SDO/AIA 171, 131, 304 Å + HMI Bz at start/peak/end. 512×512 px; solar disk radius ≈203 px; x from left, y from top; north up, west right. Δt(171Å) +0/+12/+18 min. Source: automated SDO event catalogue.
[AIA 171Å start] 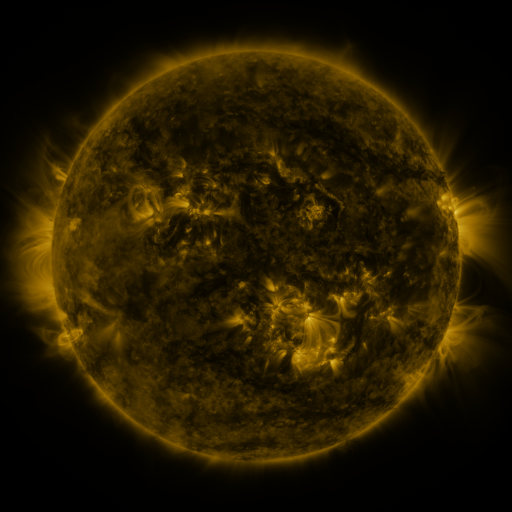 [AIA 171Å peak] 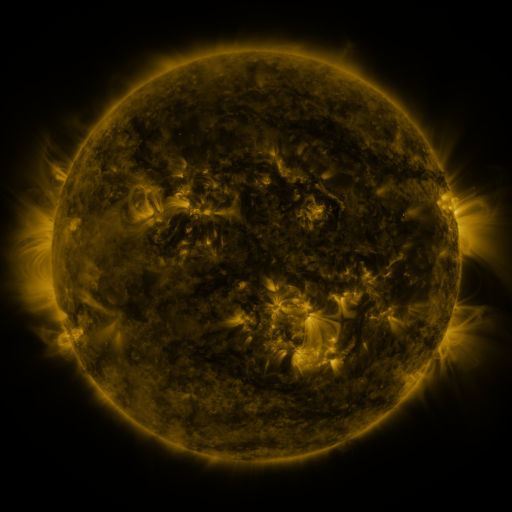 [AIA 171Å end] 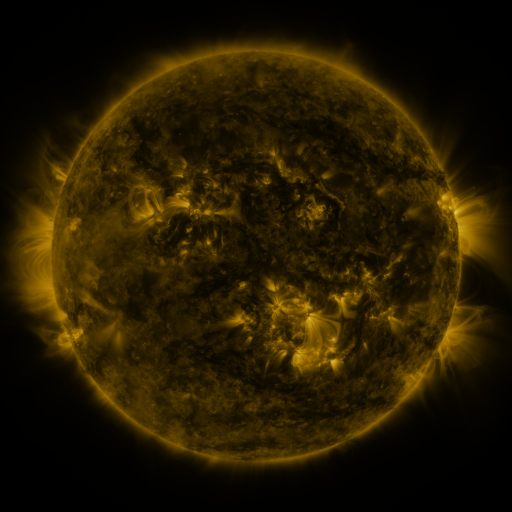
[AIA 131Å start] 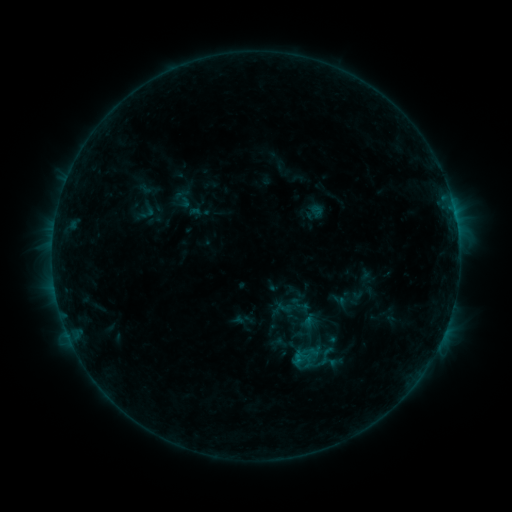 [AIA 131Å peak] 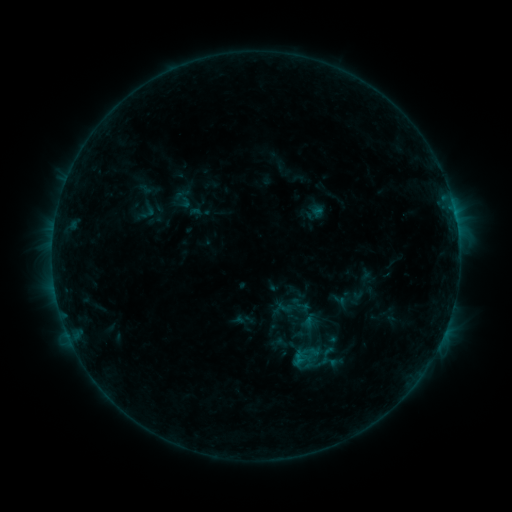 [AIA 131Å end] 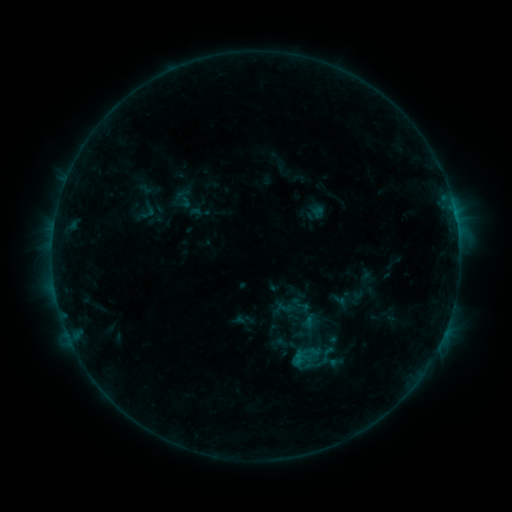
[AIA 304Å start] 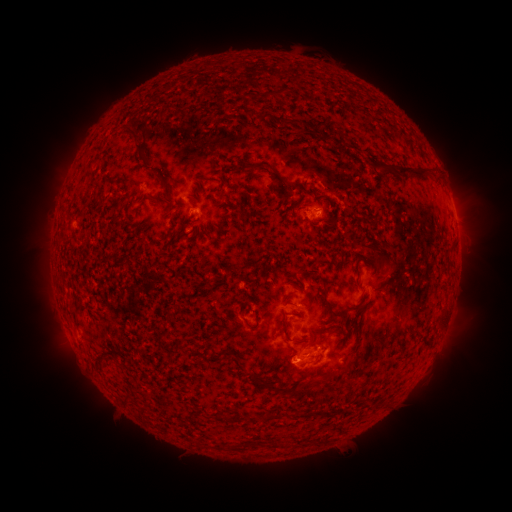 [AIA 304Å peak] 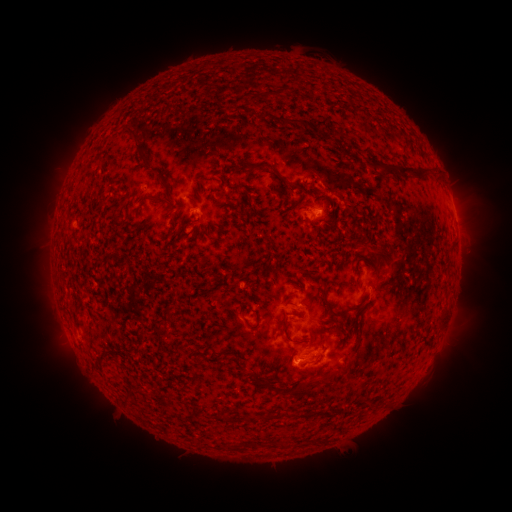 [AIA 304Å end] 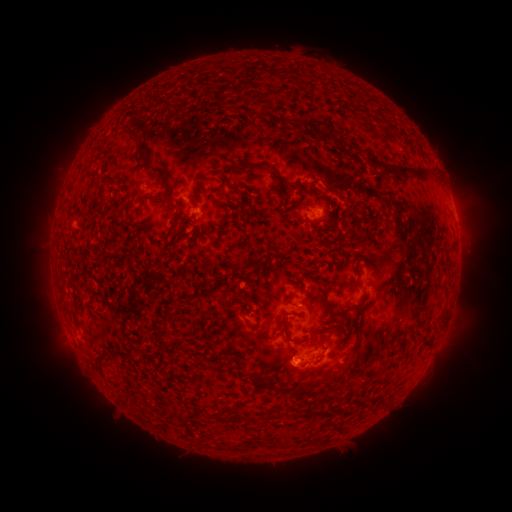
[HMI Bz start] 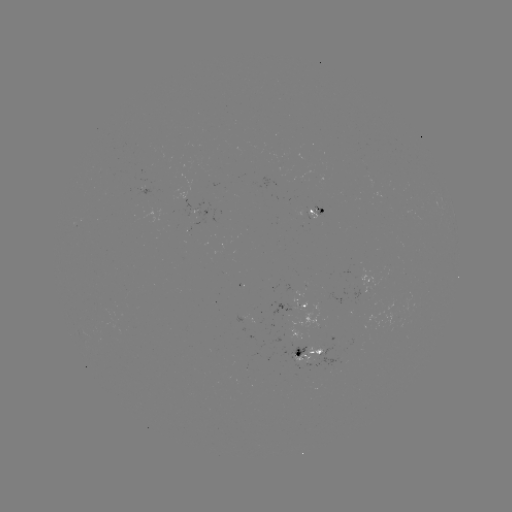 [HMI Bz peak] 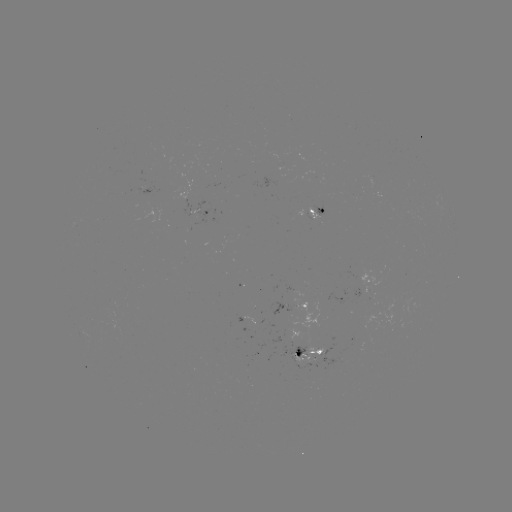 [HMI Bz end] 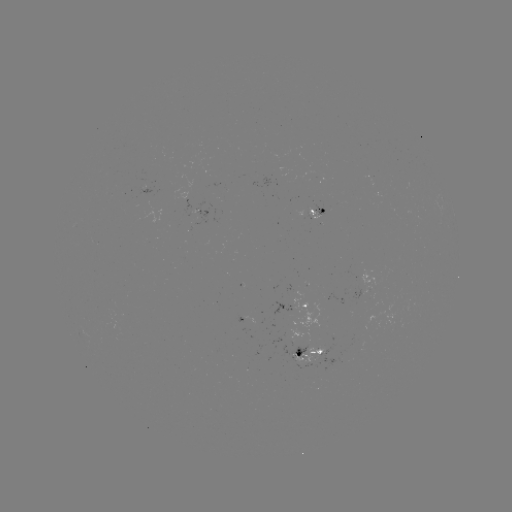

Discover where eruption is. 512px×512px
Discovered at [380, 249].